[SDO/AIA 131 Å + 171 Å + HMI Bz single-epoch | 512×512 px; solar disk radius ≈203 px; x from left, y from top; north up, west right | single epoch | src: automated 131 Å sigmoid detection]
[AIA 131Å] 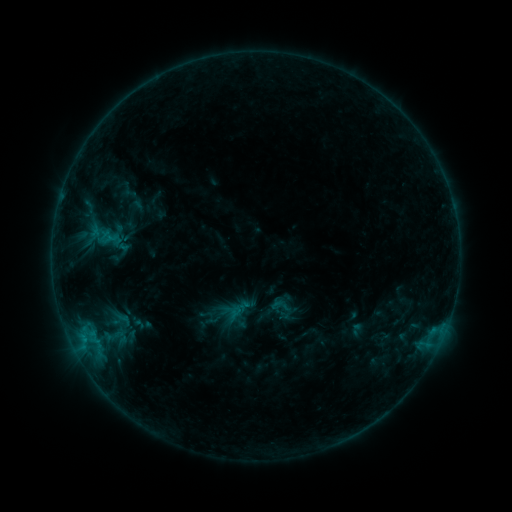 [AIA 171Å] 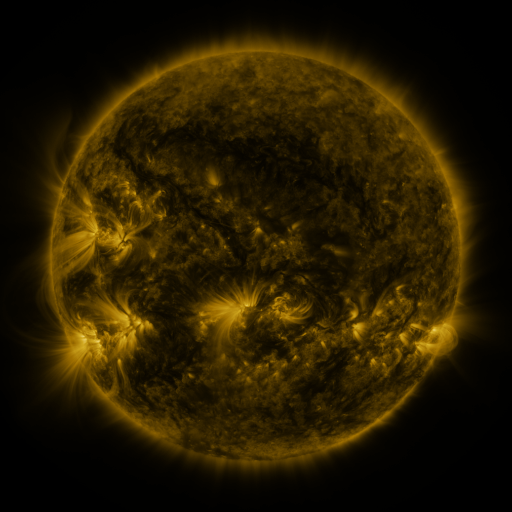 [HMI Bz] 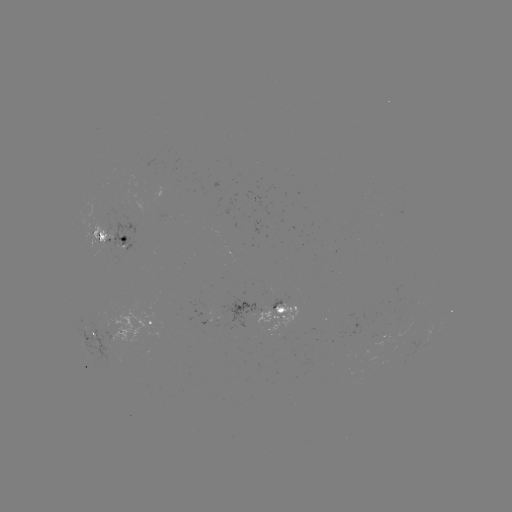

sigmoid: [269, 295, 290, 316]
